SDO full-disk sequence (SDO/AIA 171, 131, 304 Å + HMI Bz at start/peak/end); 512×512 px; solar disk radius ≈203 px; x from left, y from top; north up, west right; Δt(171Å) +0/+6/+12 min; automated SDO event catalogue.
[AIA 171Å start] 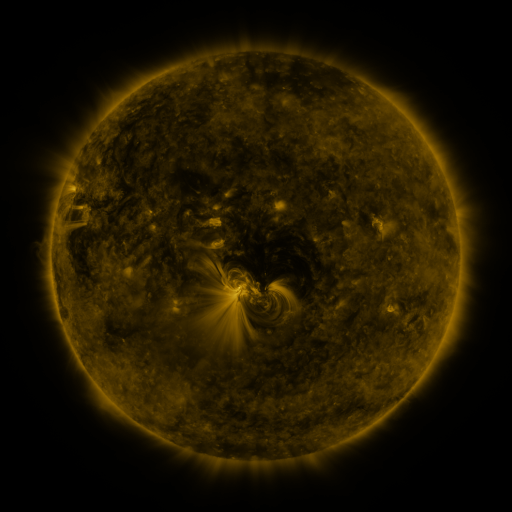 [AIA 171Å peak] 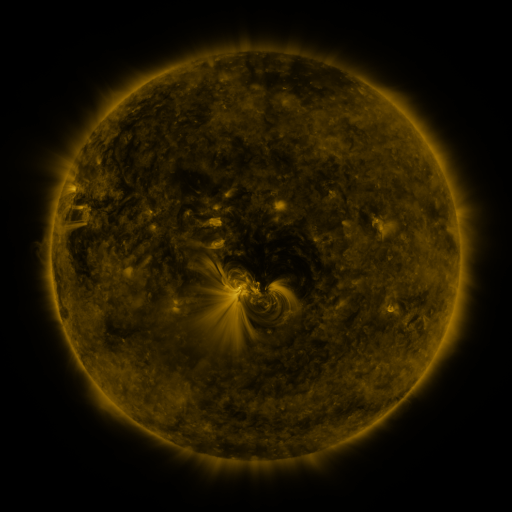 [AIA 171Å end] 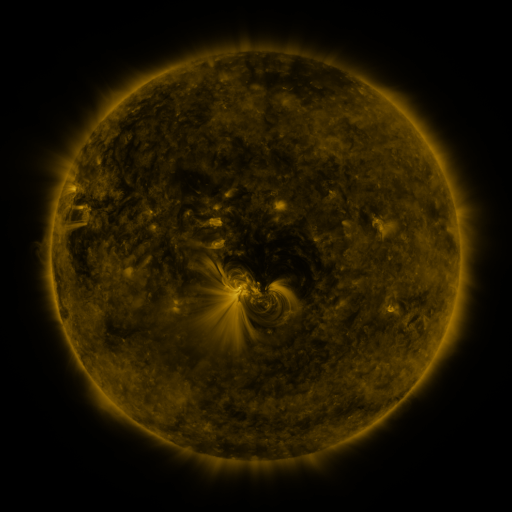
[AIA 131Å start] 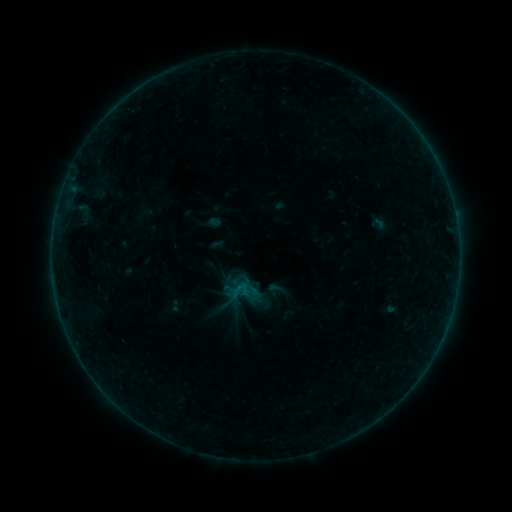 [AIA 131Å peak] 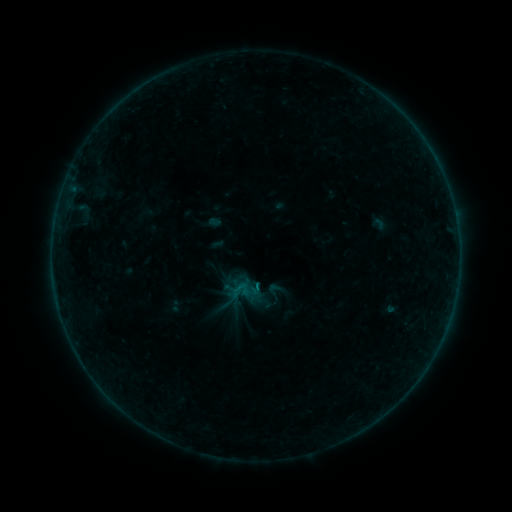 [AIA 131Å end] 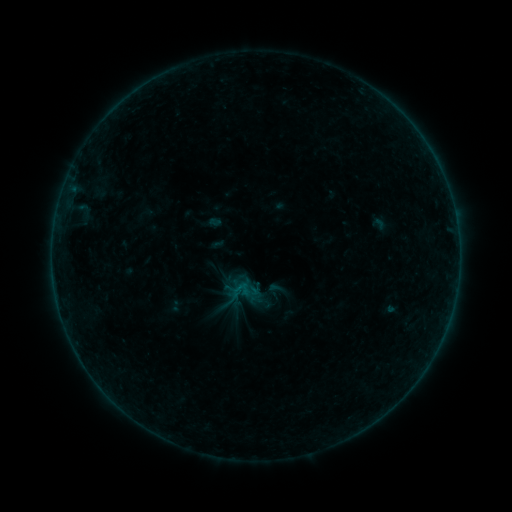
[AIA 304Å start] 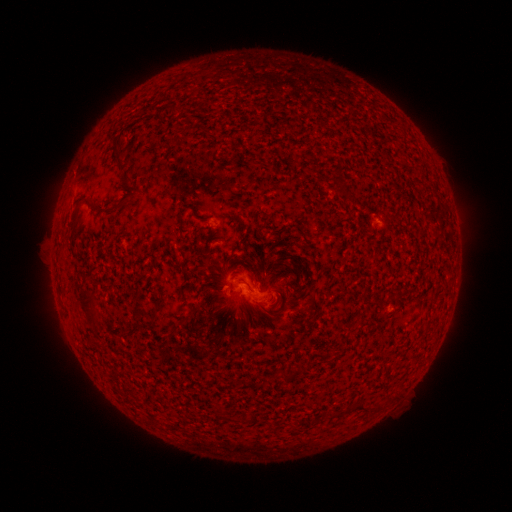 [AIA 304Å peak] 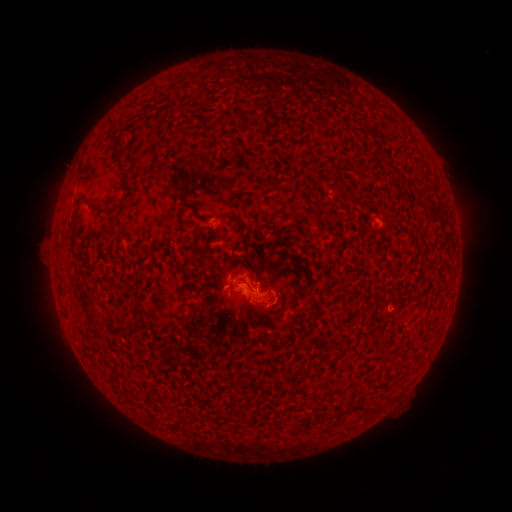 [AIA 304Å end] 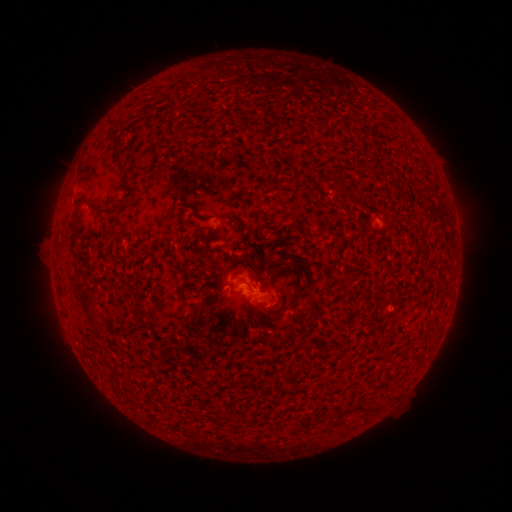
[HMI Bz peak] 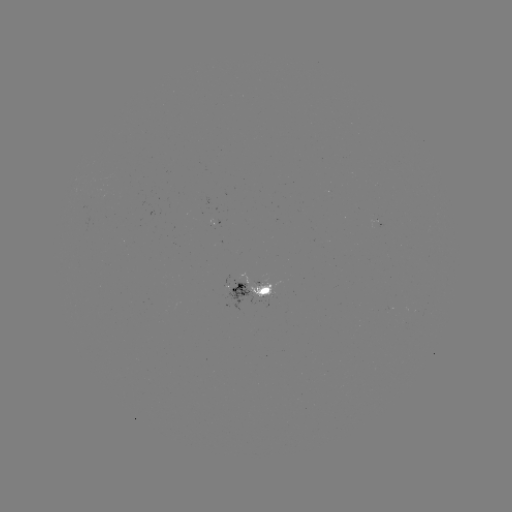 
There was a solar flare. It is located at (256, 284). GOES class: B2.2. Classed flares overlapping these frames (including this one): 1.